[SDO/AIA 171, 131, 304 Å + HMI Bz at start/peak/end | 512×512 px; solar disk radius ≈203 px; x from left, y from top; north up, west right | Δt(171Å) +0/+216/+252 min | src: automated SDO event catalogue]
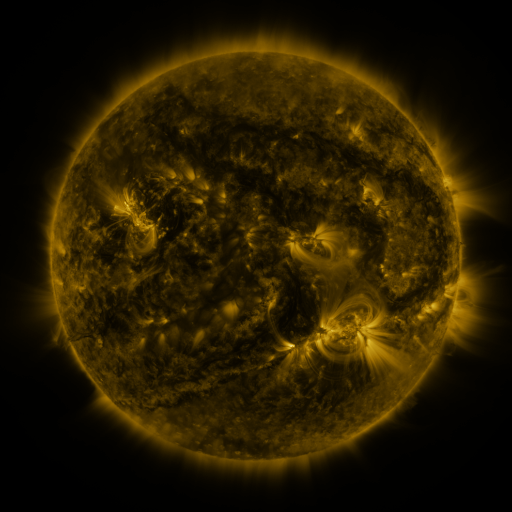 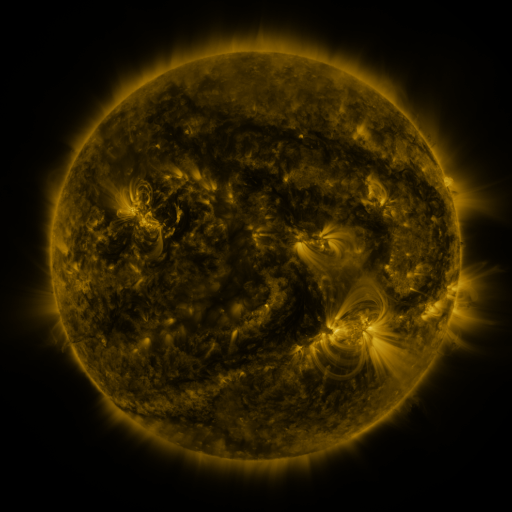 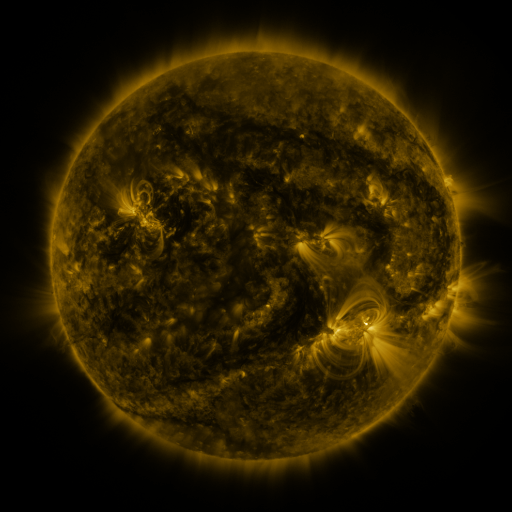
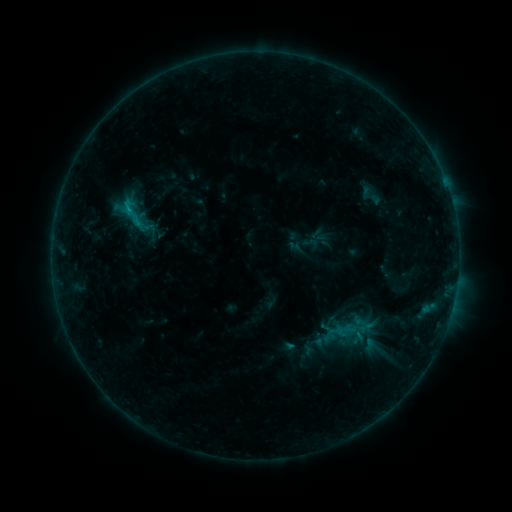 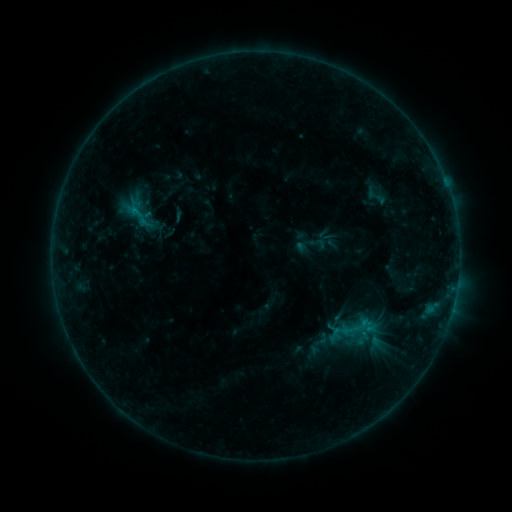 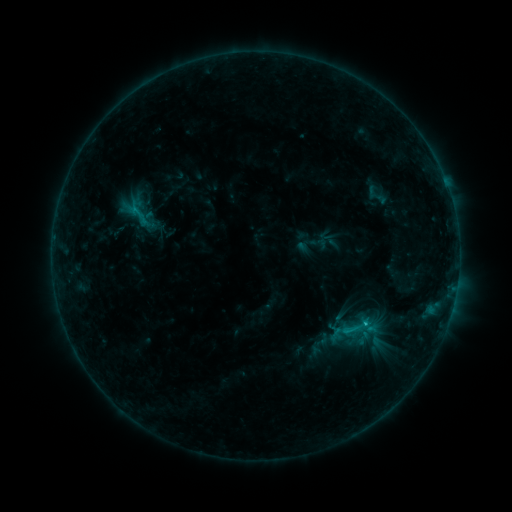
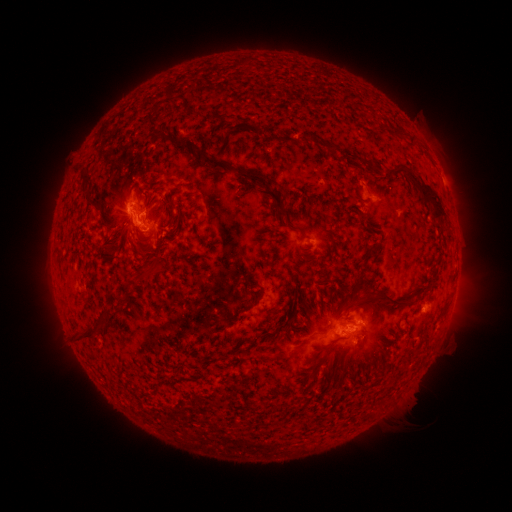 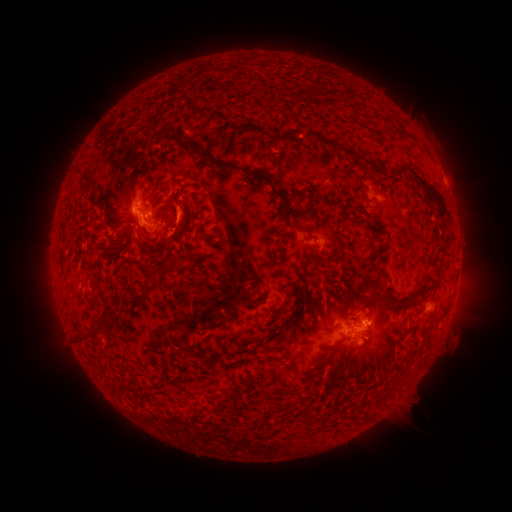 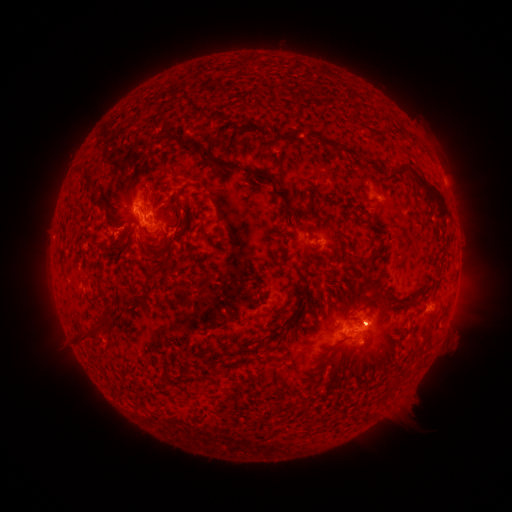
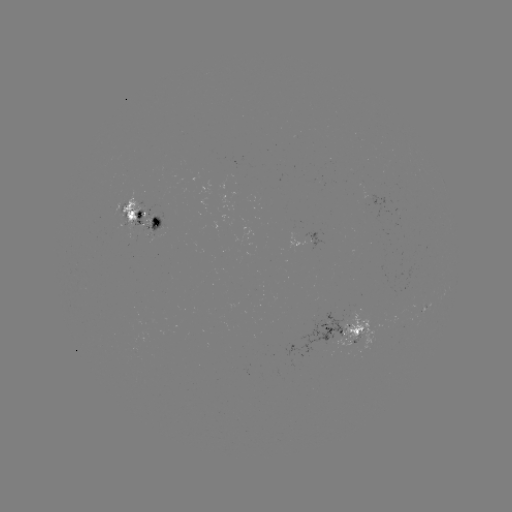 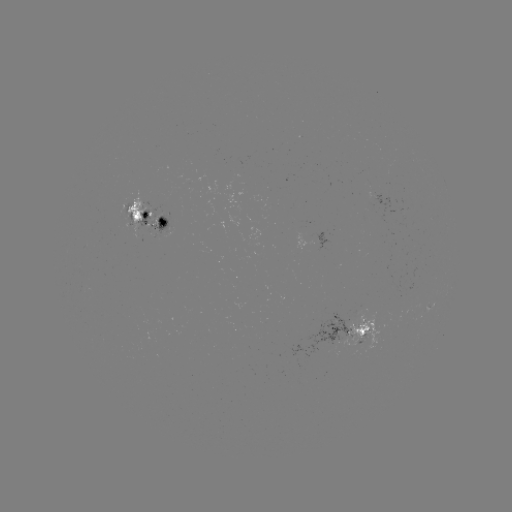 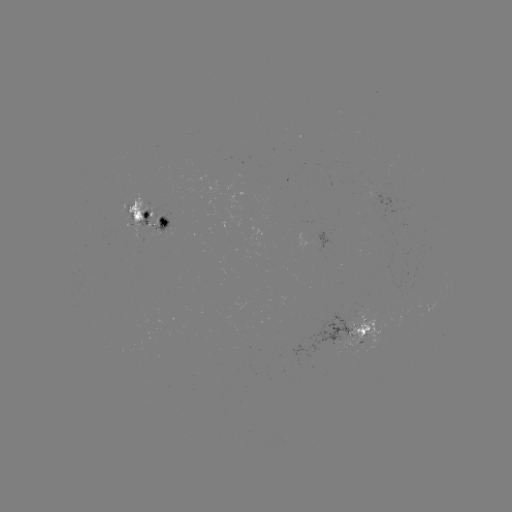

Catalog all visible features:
emerging-flux region: (359, 320)
